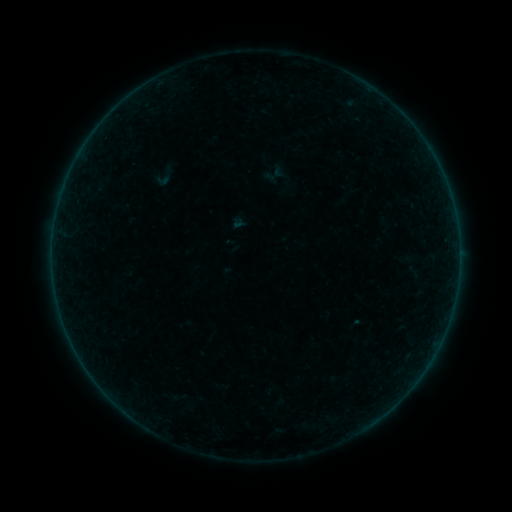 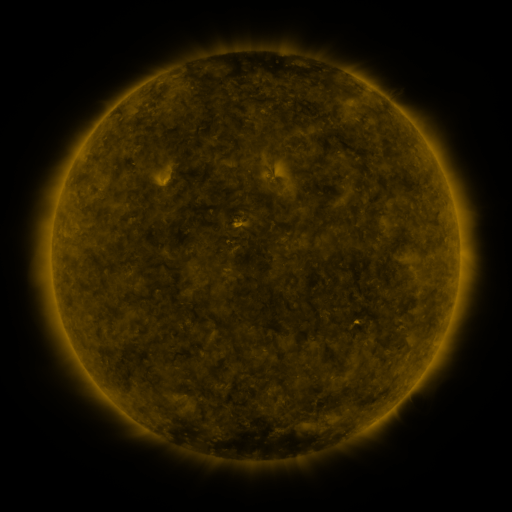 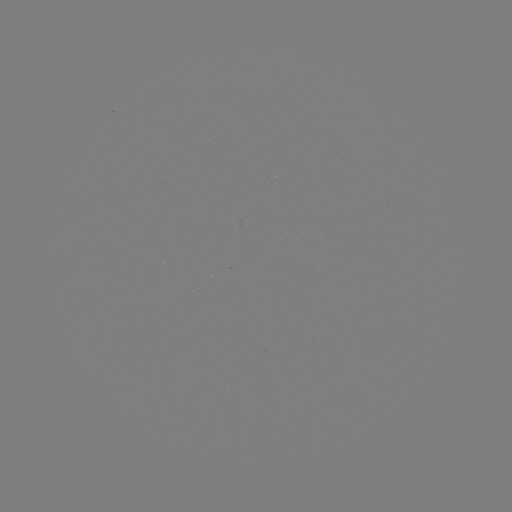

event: sigmoid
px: (164, 176)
